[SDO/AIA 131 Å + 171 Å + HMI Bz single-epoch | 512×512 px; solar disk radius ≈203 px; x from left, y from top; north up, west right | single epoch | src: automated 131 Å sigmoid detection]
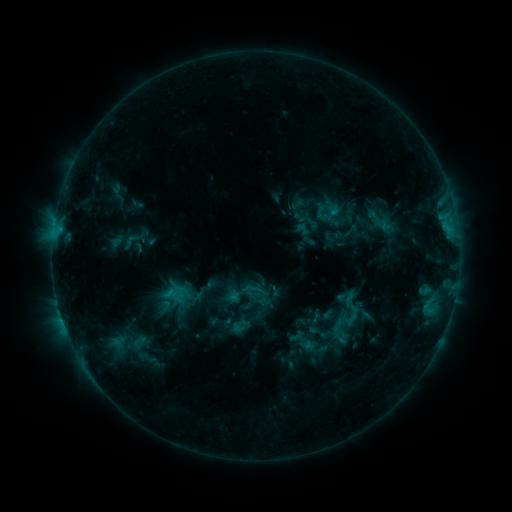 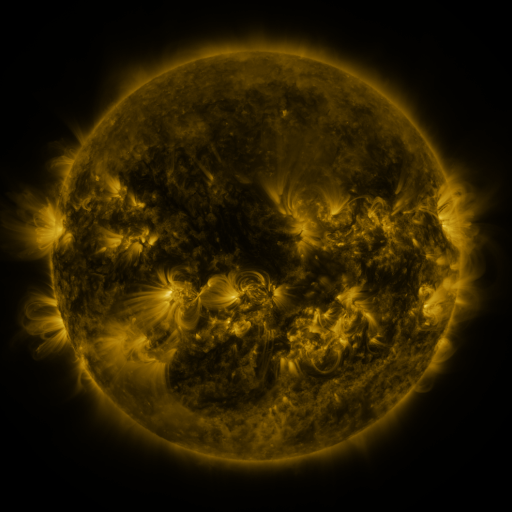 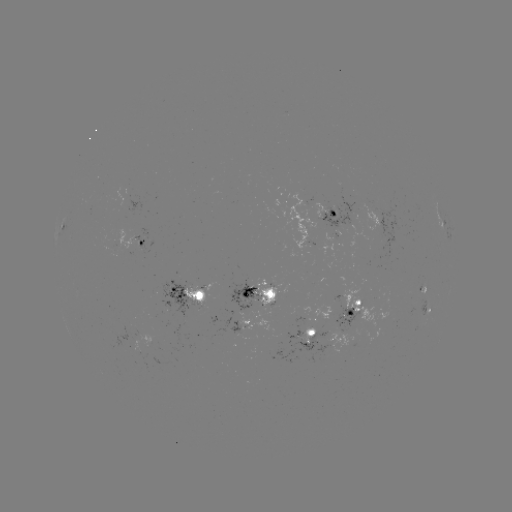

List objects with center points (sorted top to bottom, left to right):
sigmoid: (311, 202, 336, 223)
sigmoid: (333, 221, 362, 245)
sigmoid: (122, 231, 141, 252)
sigmoid: (343, 305, 363, 325)
